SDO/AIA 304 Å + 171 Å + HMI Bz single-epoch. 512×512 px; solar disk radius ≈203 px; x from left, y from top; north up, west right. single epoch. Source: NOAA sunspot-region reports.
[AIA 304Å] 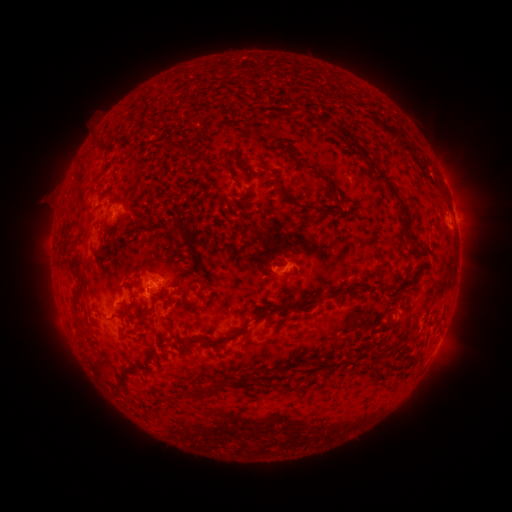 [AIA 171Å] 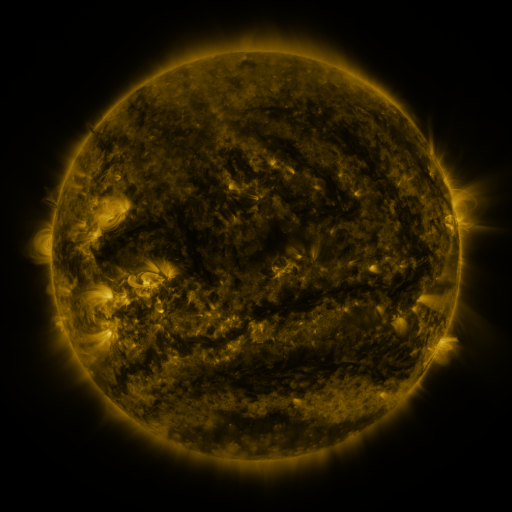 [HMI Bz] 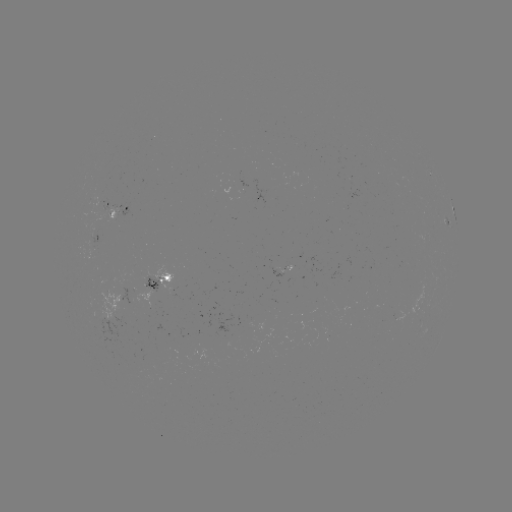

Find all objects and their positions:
spotted active region: (124, 204)
spotted active region: (454, 215)
spotted active region: (277, 269)
spotted active region: (162, 278)
